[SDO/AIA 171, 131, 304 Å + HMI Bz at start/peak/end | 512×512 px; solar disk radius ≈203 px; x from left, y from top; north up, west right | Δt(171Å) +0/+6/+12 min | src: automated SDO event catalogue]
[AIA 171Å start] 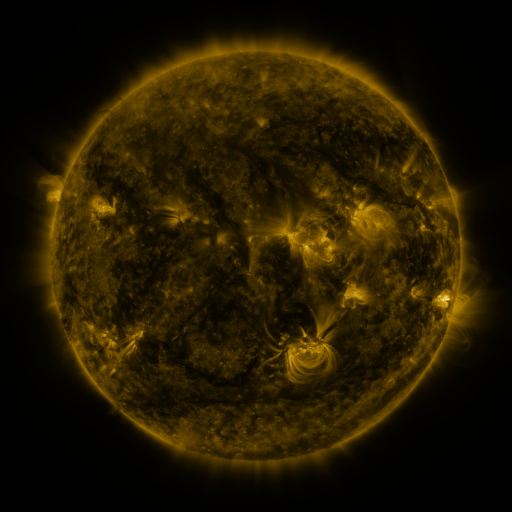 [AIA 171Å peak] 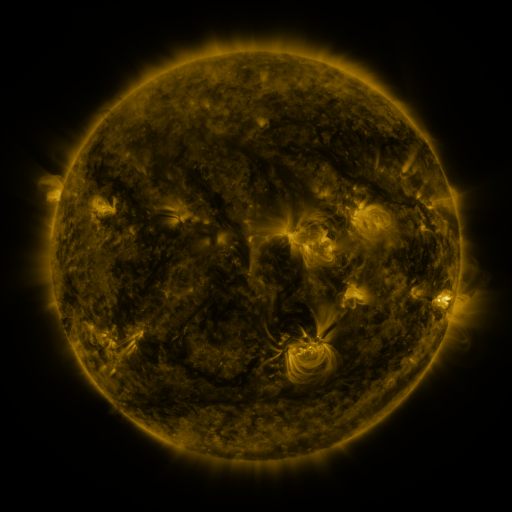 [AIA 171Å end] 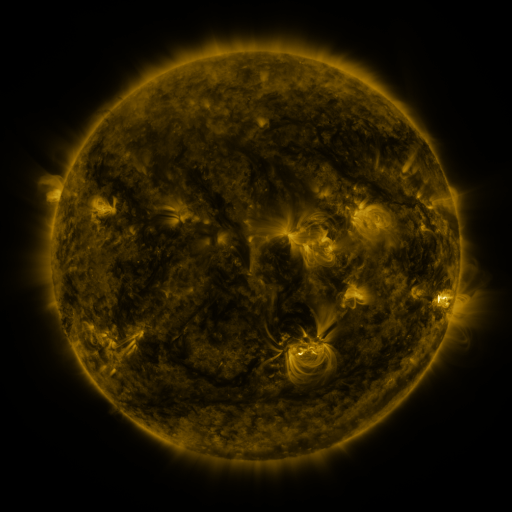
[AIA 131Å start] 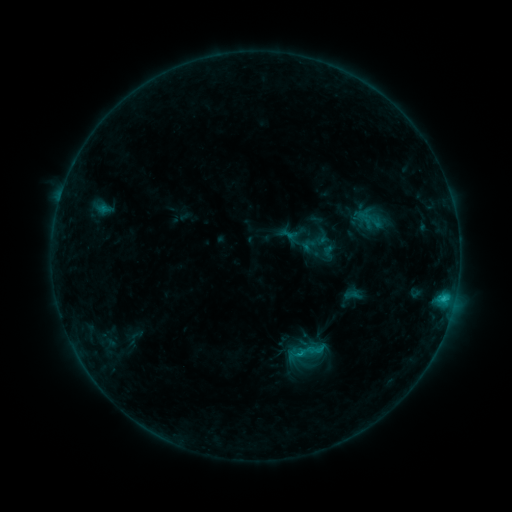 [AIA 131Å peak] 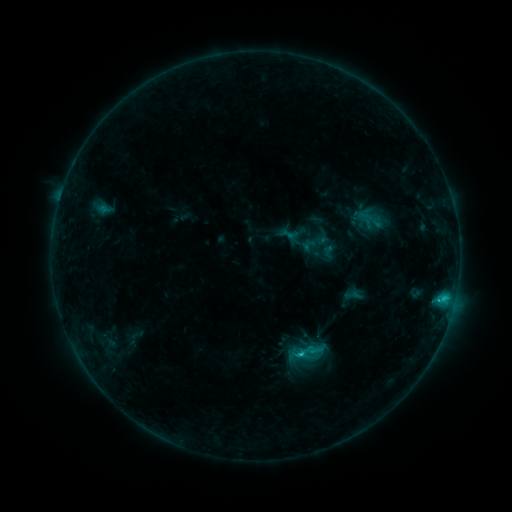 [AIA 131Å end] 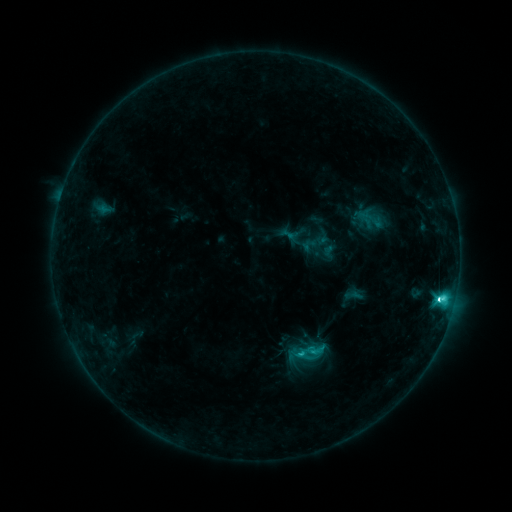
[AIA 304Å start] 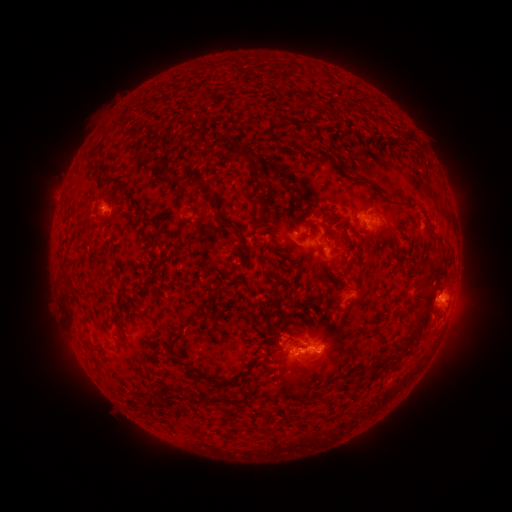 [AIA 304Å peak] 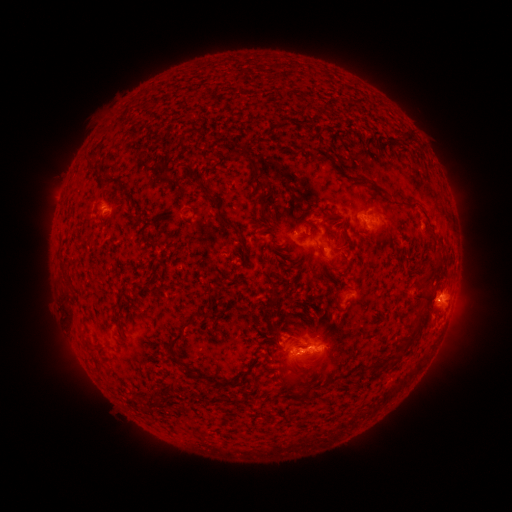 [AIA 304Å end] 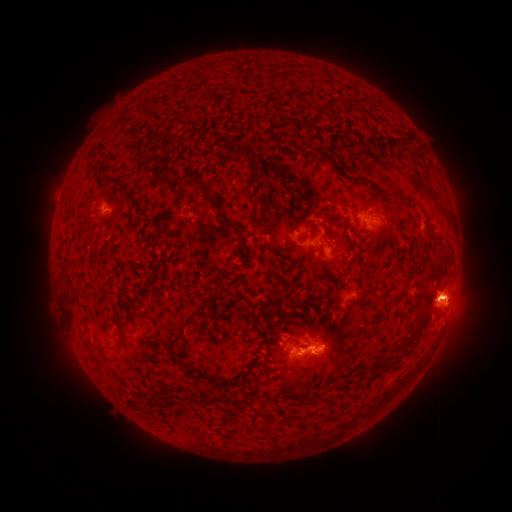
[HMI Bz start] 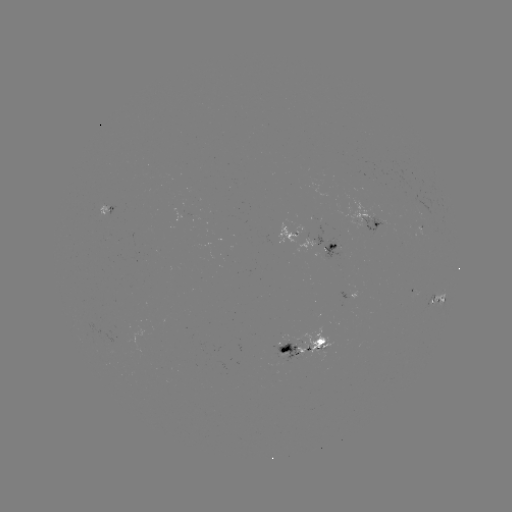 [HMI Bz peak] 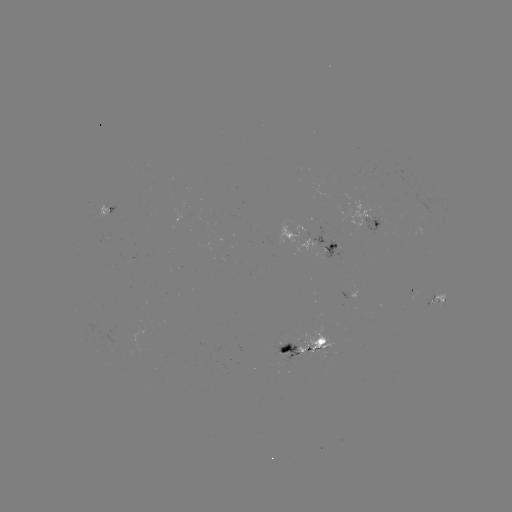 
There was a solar eruption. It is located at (449, 301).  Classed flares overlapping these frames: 1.